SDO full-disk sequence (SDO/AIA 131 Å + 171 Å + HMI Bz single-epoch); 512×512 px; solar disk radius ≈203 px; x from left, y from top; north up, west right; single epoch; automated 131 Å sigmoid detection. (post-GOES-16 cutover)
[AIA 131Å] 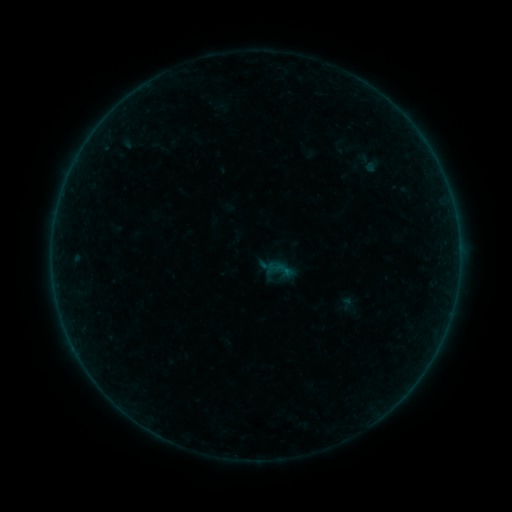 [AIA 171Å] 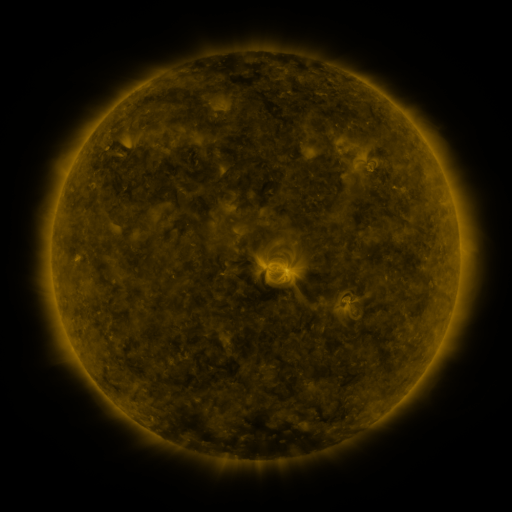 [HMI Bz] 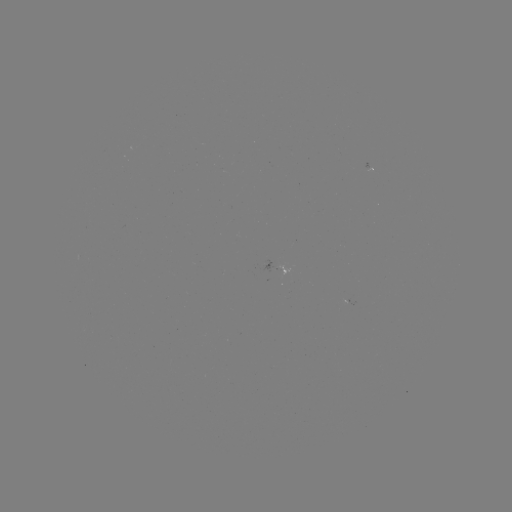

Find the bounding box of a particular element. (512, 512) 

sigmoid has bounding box [348, 148, 389, 178].